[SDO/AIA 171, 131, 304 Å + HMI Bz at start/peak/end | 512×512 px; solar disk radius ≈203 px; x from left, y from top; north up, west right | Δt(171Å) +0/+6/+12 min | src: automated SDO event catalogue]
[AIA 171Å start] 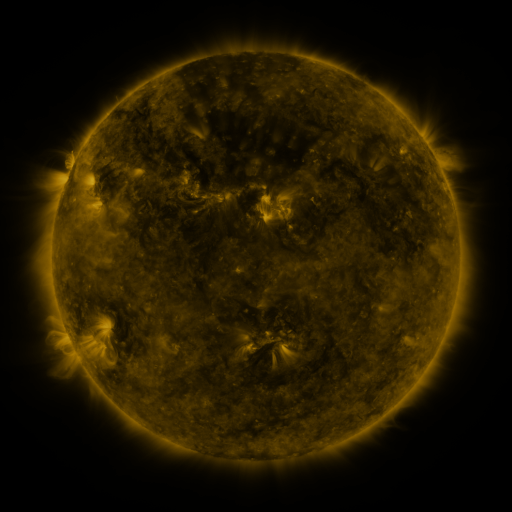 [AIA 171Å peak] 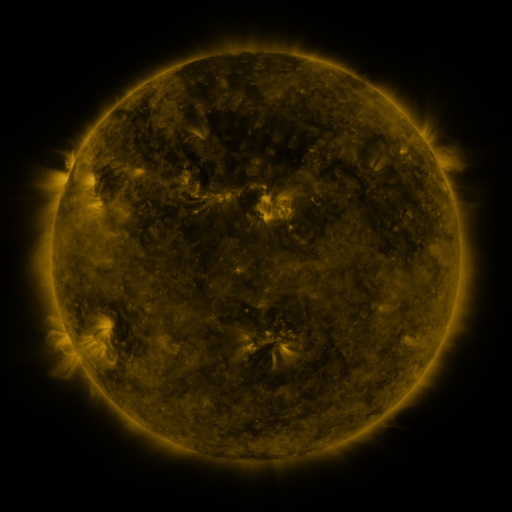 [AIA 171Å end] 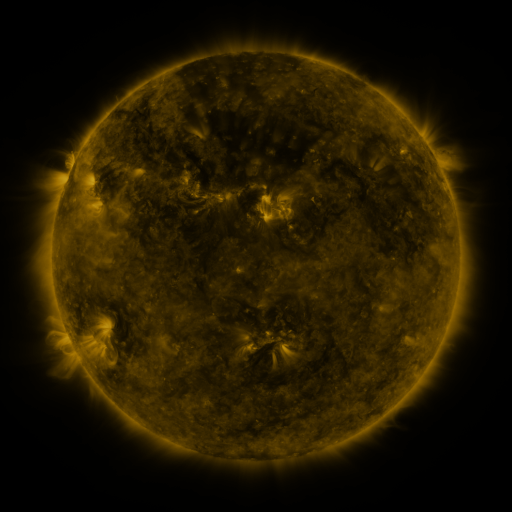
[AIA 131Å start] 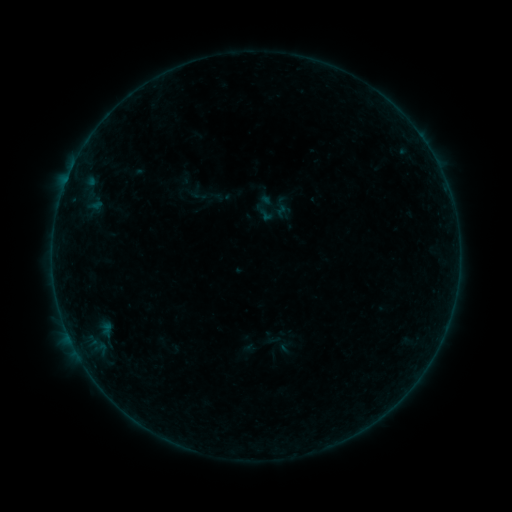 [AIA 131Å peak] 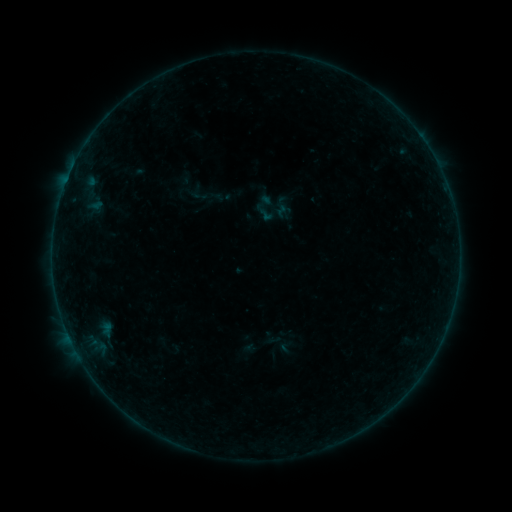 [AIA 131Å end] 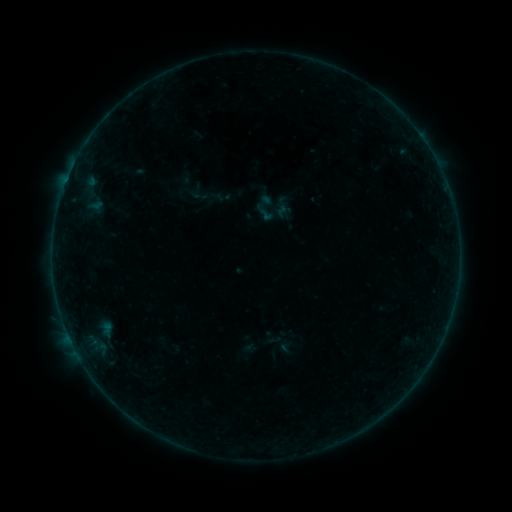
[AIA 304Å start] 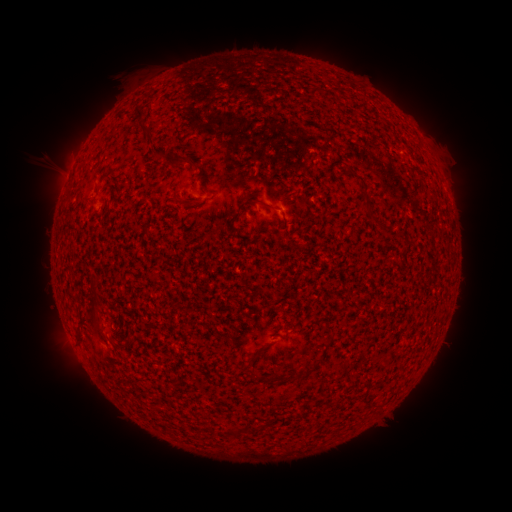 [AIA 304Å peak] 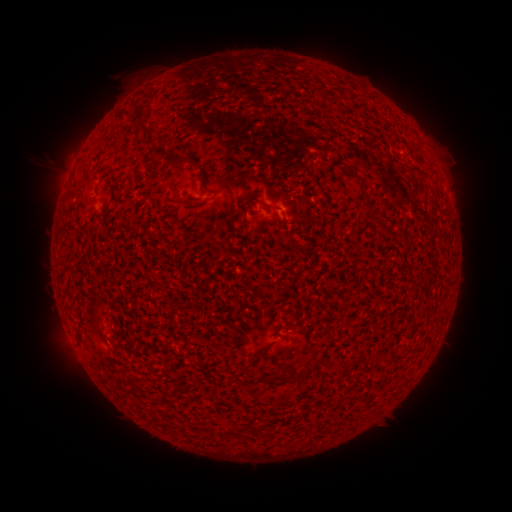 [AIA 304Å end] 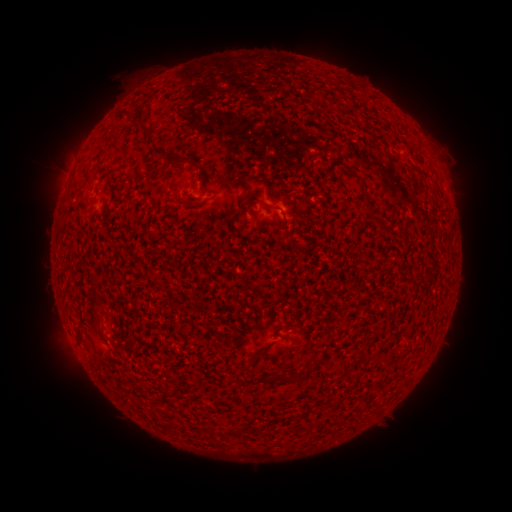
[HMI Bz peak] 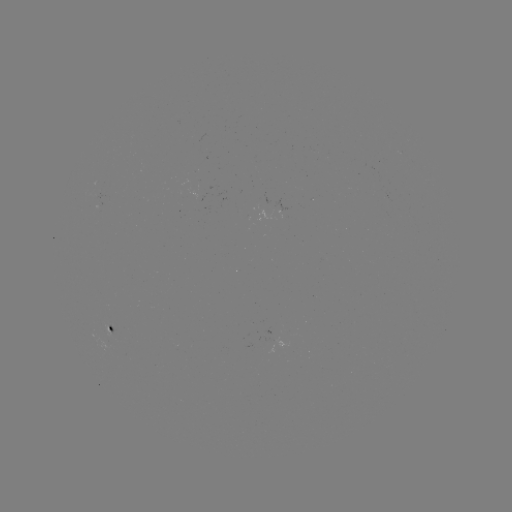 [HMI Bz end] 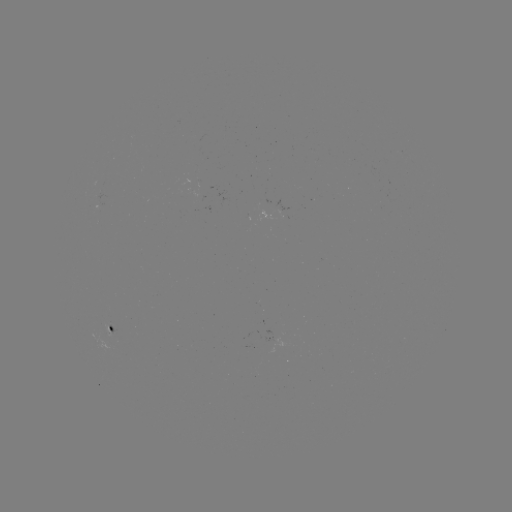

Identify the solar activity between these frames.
nothing was catalogued: no classed flare, no EUV trigger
